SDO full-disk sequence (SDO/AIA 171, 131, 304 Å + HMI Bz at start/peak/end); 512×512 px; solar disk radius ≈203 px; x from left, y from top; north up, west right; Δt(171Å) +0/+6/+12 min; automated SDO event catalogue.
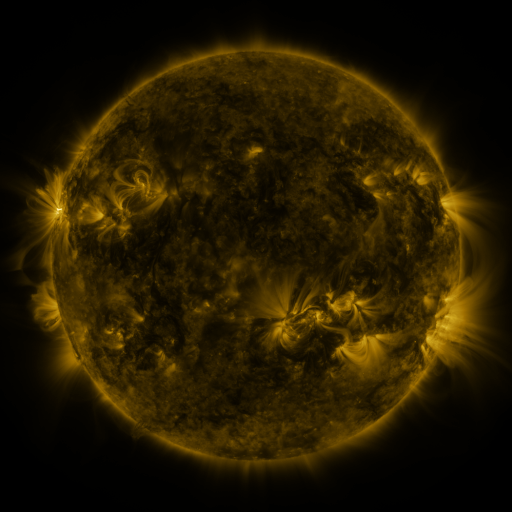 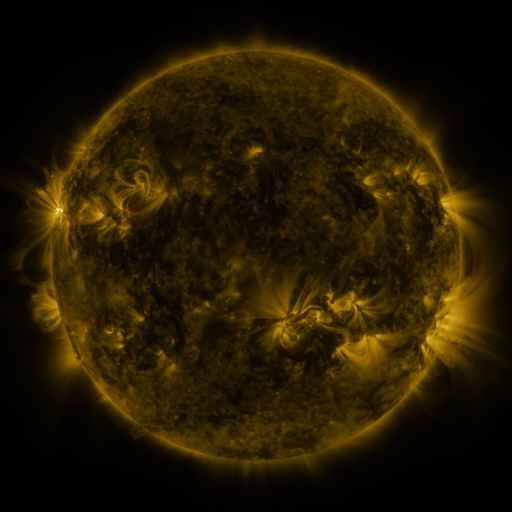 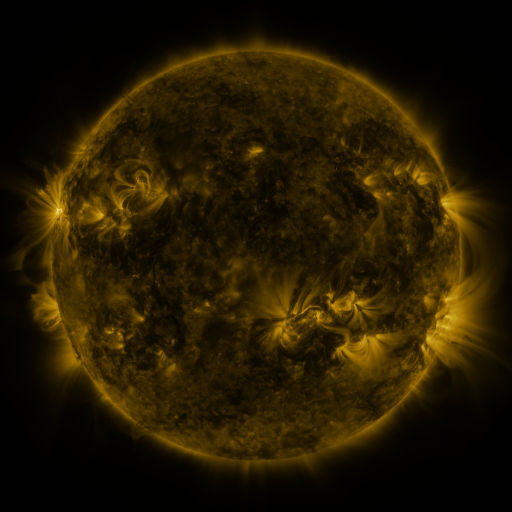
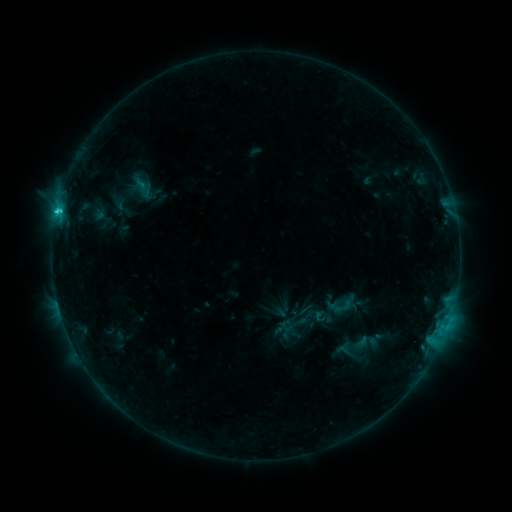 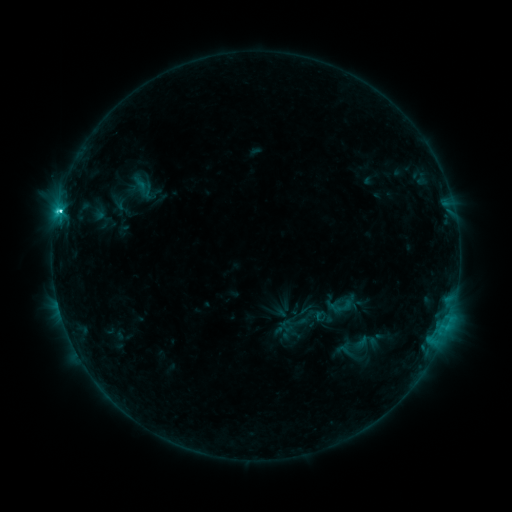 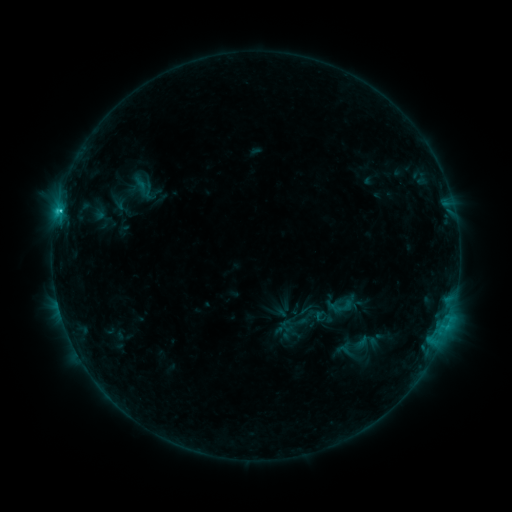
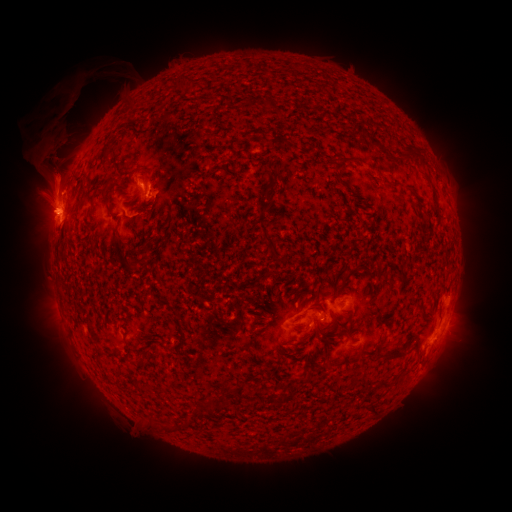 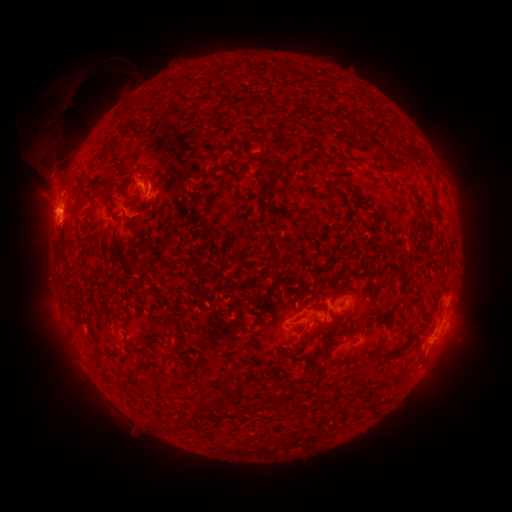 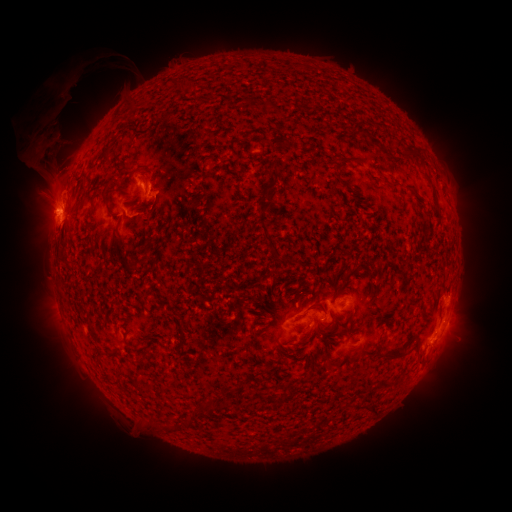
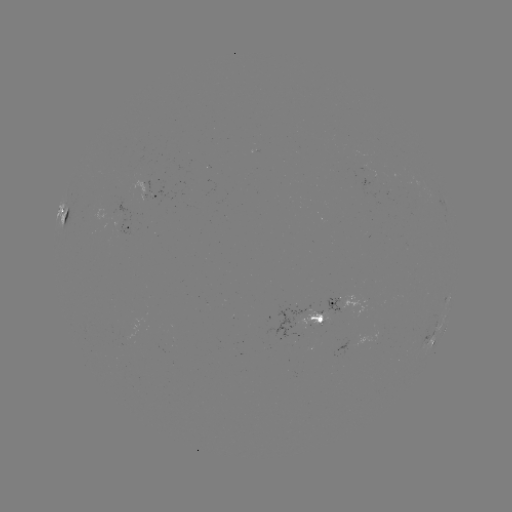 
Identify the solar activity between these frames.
C3.7 flare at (61, 214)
